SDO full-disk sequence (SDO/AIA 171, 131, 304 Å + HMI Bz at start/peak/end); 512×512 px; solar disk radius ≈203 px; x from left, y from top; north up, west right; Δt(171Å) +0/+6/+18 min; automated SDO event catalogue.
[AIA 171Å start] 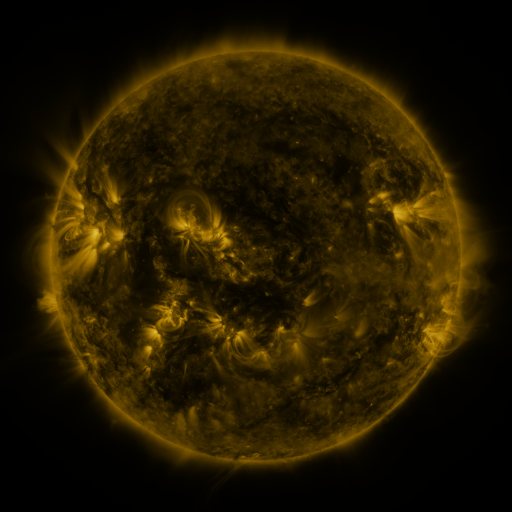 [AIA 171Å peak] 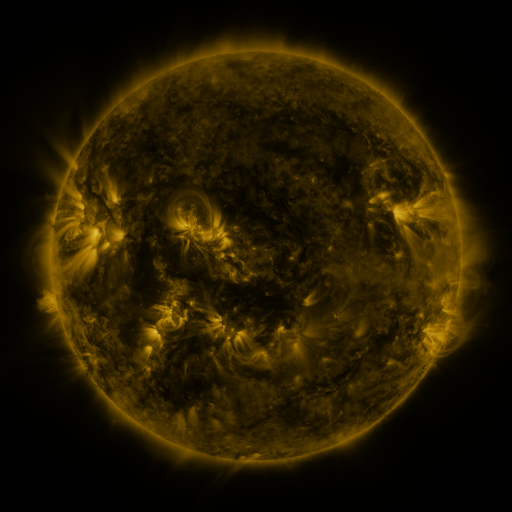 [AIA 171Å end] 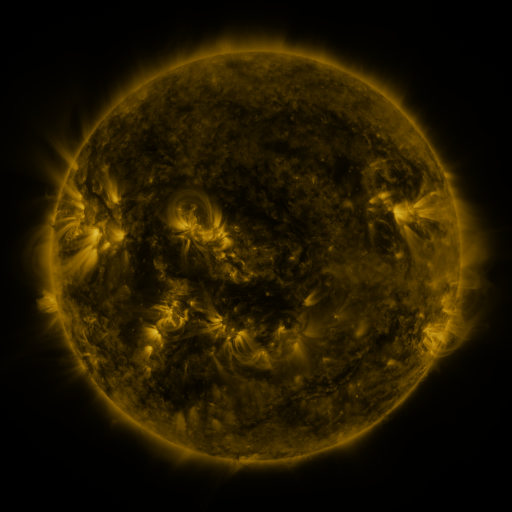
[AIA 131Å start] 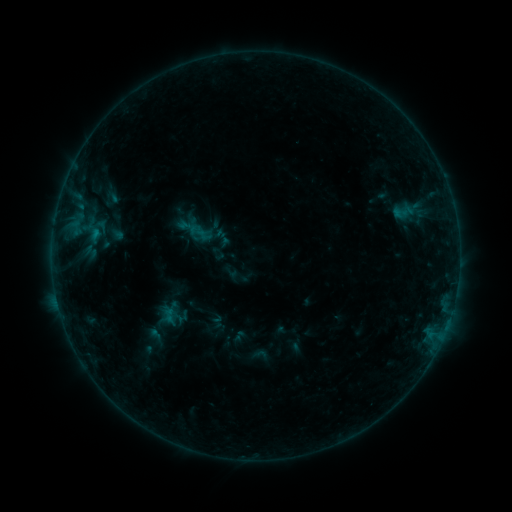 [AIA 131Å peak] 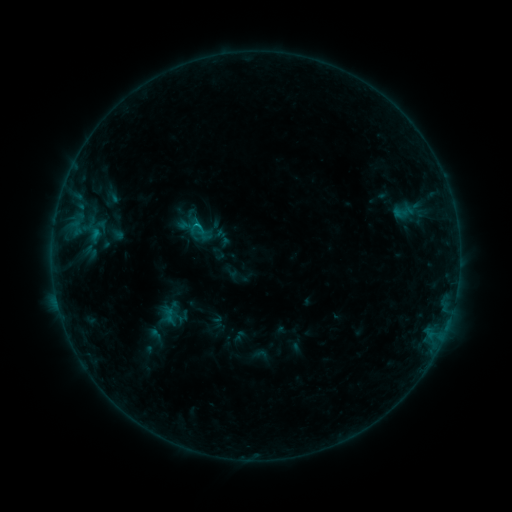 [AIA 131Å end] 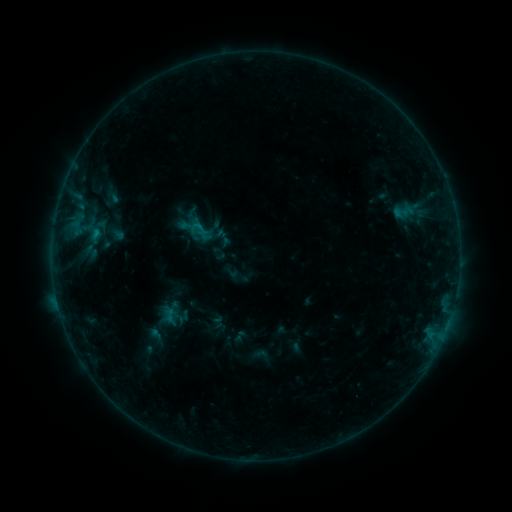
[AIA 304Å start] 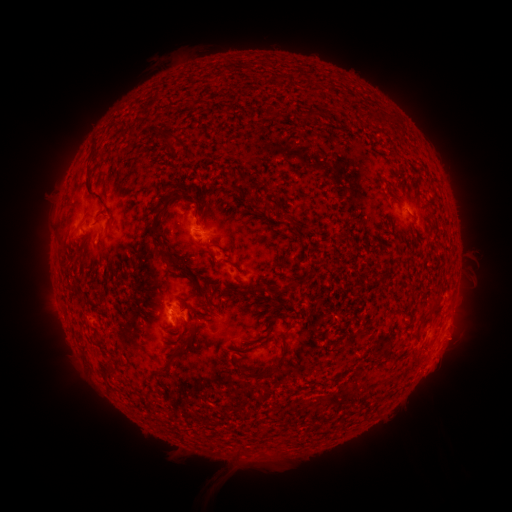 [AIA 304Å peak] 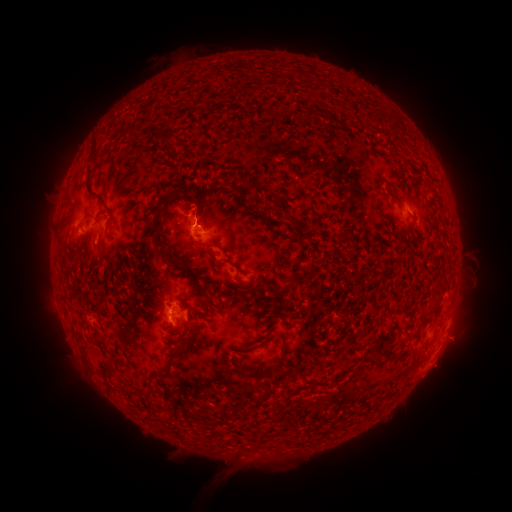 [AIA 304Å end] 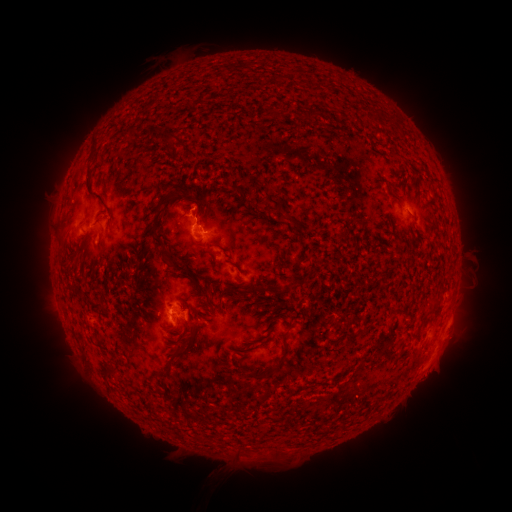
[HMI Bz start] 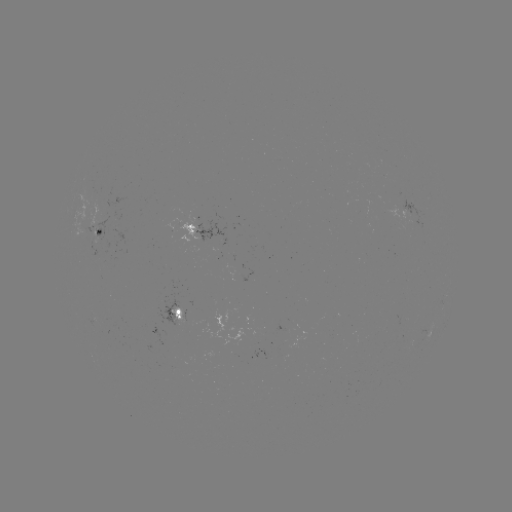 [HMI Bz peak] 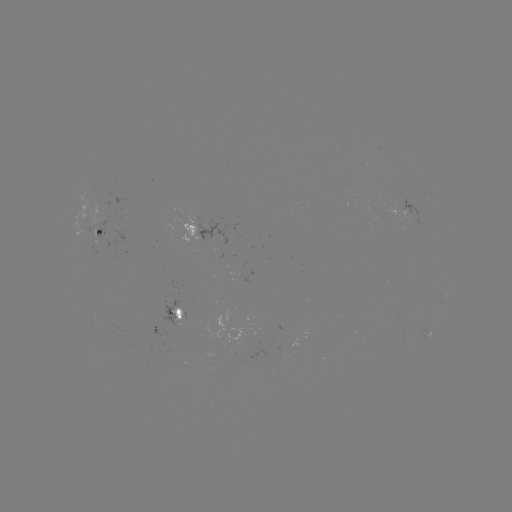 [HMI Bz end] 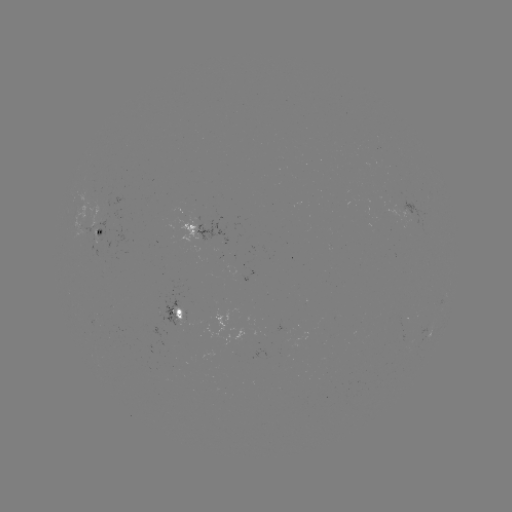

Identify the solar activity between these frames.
eruption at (438, 368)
